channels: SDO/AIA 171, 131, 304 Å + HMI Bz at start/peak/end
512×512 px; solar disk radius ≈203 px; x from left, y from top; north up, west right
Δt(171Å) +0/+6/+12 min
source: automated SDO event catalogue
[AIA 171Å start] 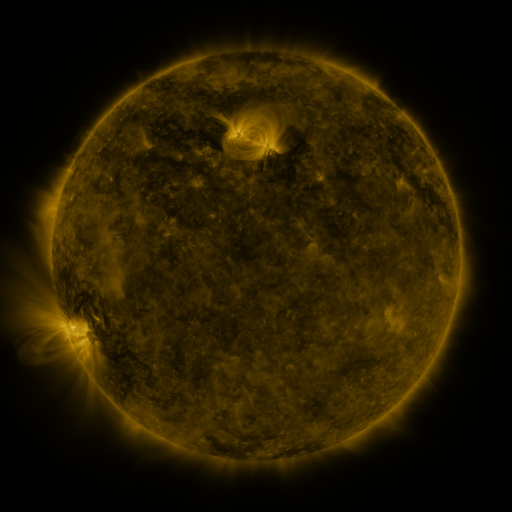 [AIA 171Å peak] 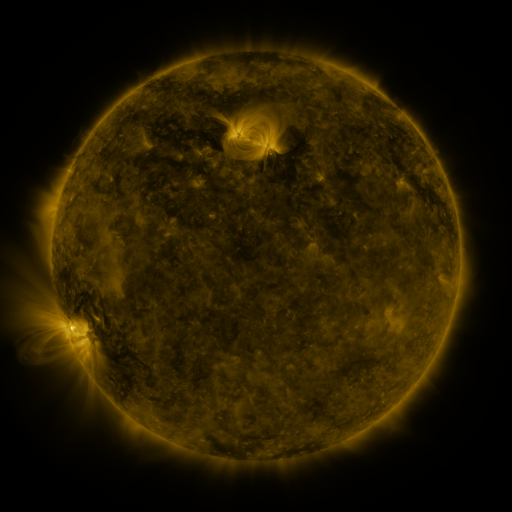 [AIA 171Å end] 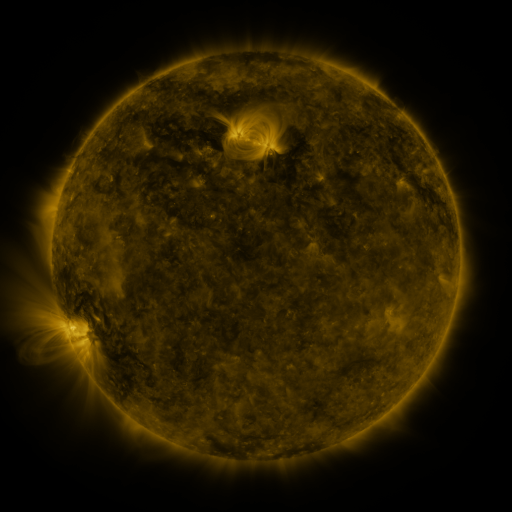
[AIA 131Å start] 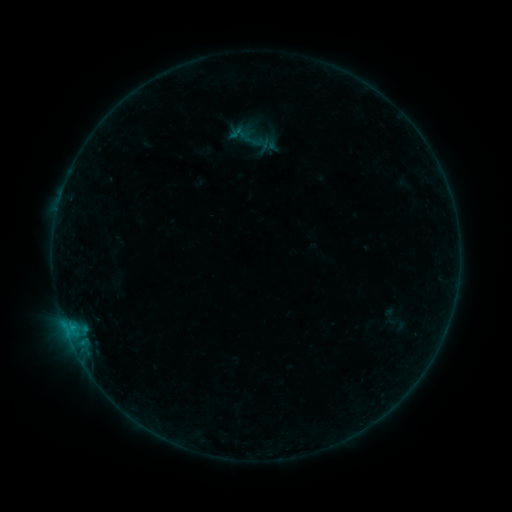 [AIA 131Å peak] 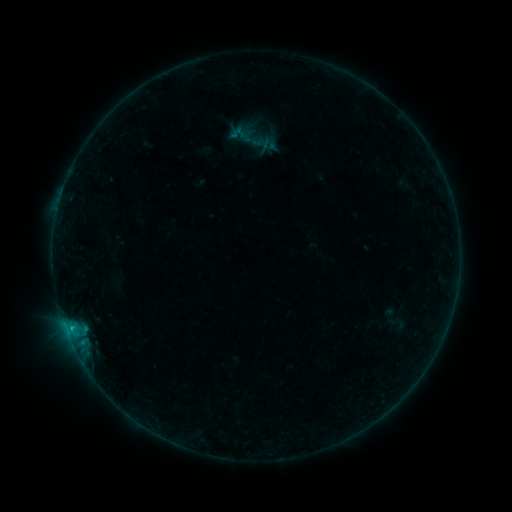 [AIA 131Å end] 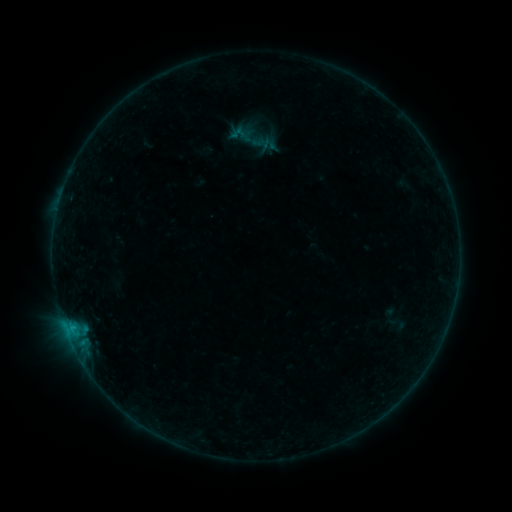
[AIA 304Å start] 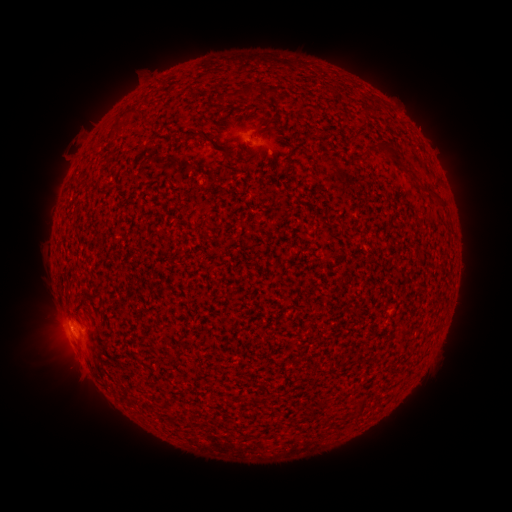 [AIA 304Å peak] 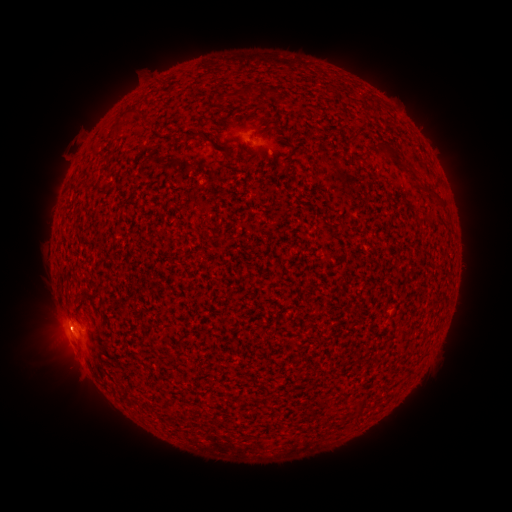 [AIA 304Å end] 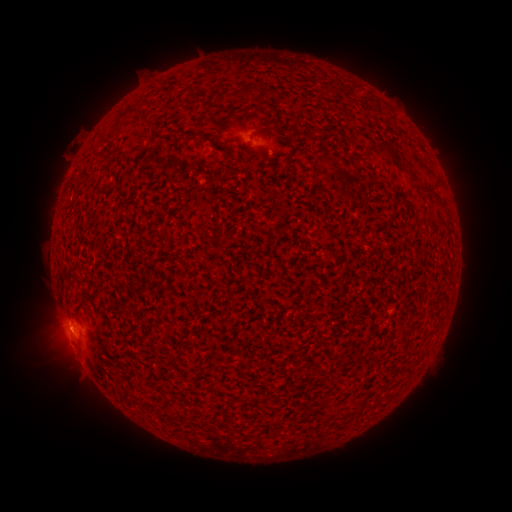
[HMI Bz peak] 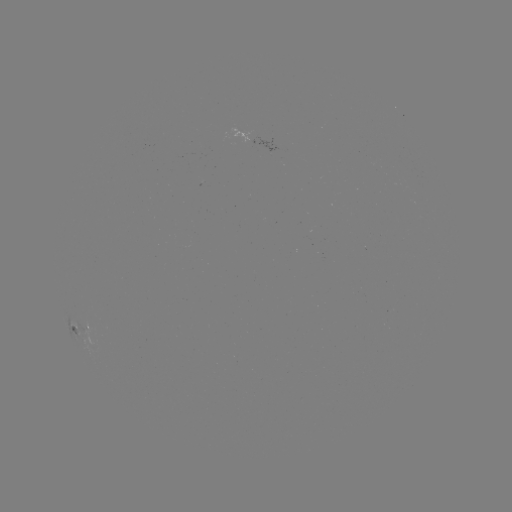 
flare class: B2.3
